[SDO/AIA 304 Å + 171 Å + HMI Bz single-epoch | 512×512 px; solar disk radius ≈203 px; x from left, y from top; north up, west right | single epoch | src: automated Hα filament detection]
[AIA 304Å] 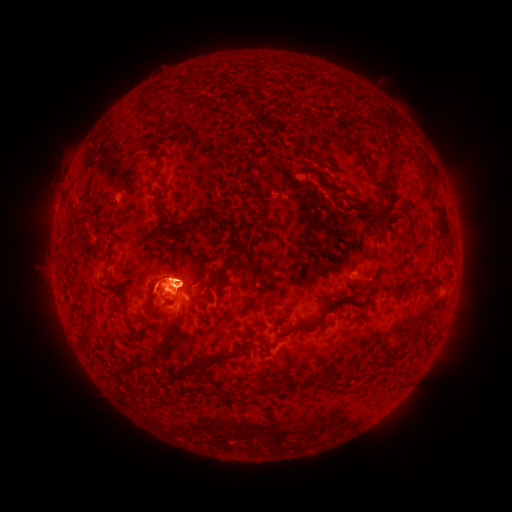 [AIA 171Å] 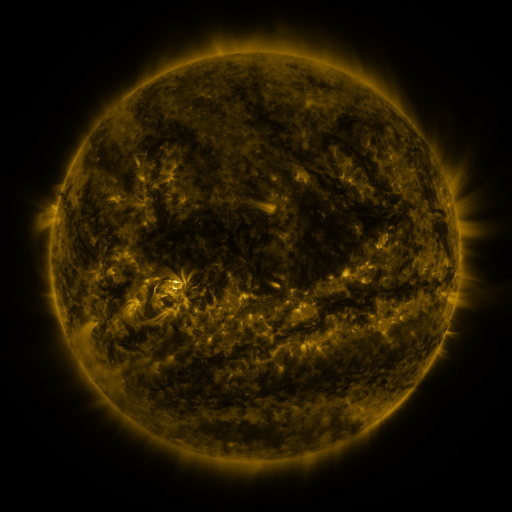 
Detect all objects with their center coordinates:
filament: (147, 108)
filament: (352, 144)
filament: (424, 173)
filament: (154, 179)
filament: (158, 197)
filament: (333, 197)
filament: (371, 215)
filament: (444, 219)
filament: (160, 223)
filament: (189, 224)
filament: (228, 224)
filament: (86, 231)
filament: (245, 252)
filament: (241, 264)
filament: (105, 268)
filament: (214, 280)
filament: (429, 288)
filament: (109, 316)
filament: (322, 316)
filament: (205, 364)
filament: (325, 382)
